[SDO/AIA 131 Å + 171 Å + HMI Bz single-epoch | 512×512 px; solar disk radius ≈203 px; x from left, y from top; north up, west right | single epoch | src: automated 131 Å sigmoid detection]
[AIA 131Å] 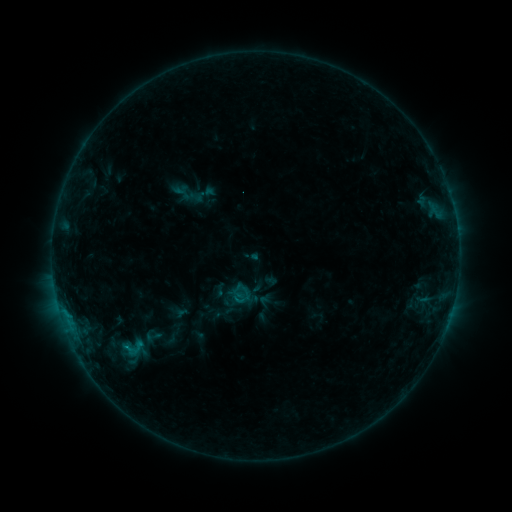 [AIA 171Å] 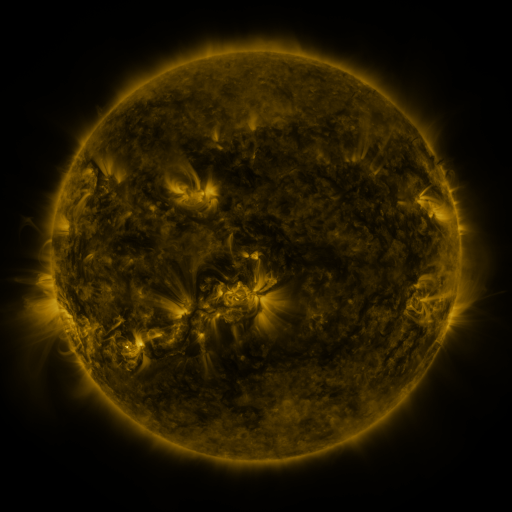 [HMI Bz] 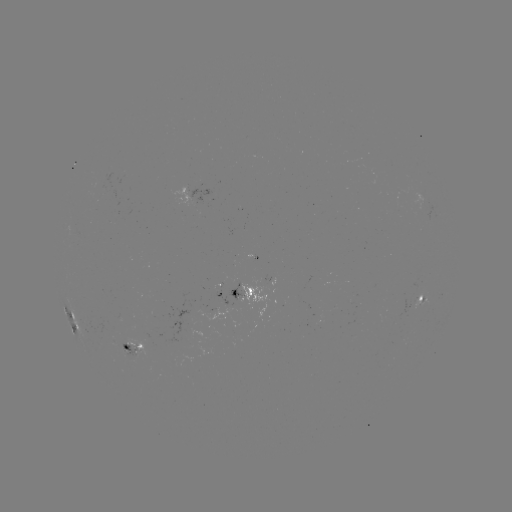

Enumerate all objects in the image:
sigmoid: (110, 334, 154, 361)
